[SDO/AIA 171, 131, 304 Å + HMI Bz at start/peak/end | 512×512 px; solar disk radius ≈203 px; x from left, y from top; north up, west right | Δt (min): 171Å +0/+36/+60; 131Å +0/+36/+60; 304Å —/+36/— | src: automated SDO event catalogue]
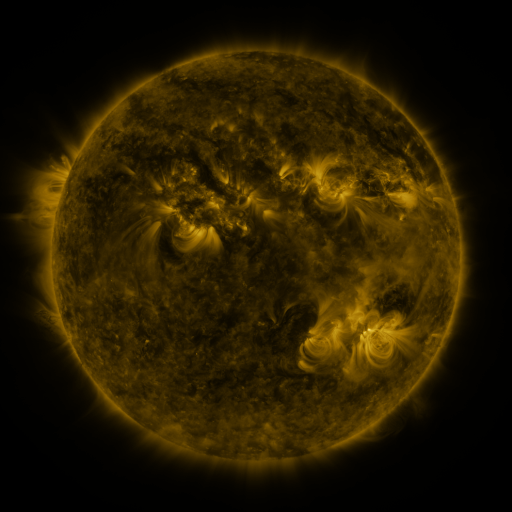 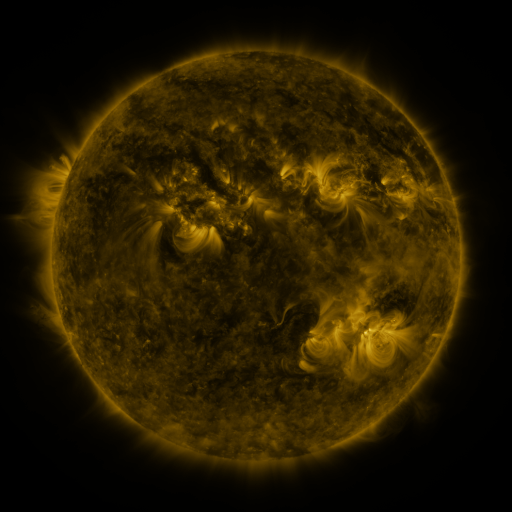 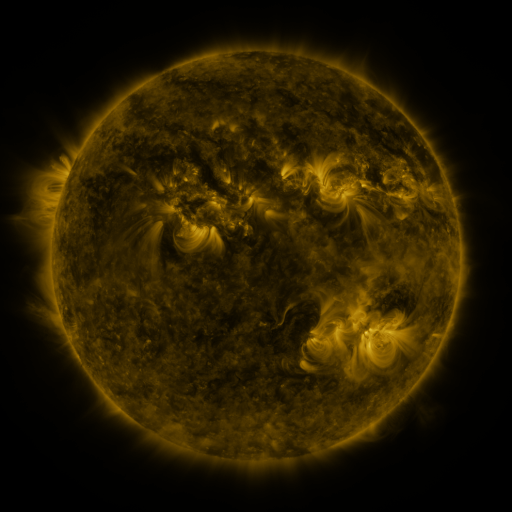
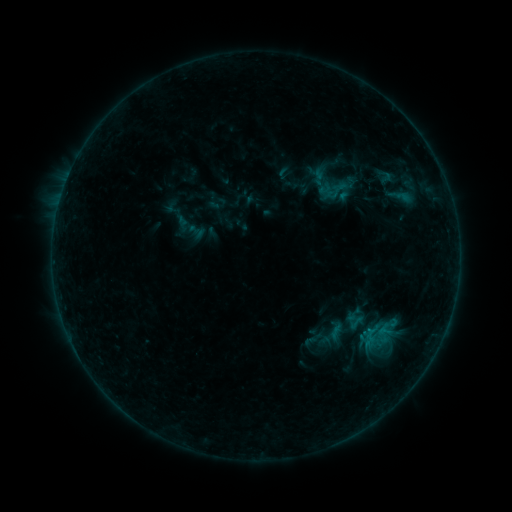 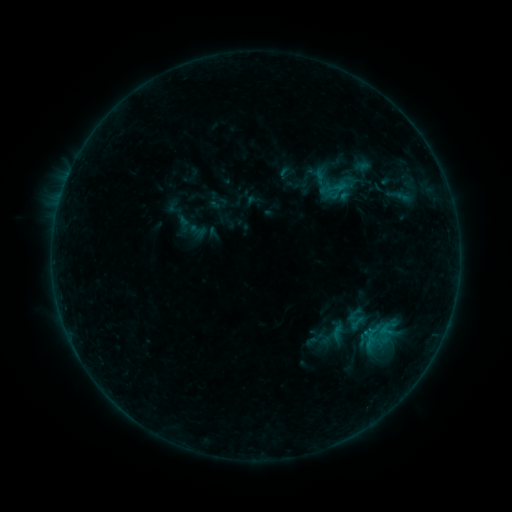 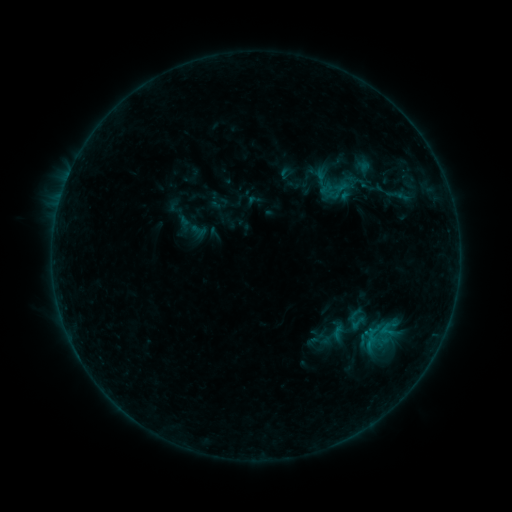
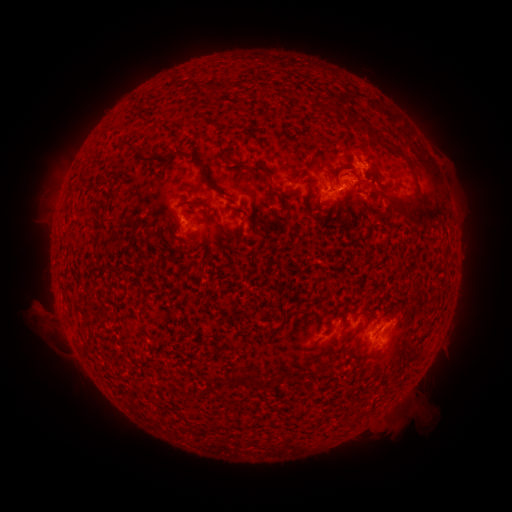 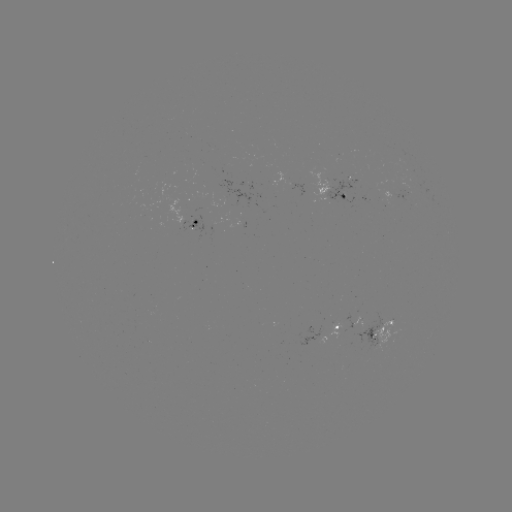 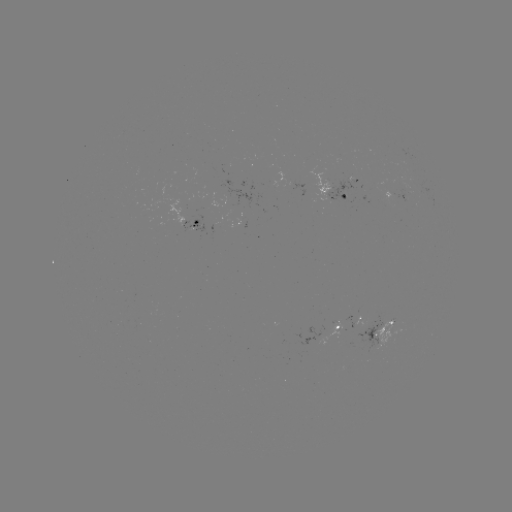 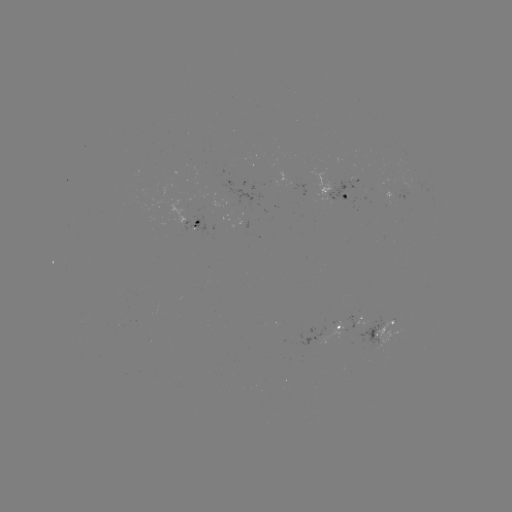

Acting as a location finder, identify B6.7 flare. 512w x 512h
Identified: (337, 189).